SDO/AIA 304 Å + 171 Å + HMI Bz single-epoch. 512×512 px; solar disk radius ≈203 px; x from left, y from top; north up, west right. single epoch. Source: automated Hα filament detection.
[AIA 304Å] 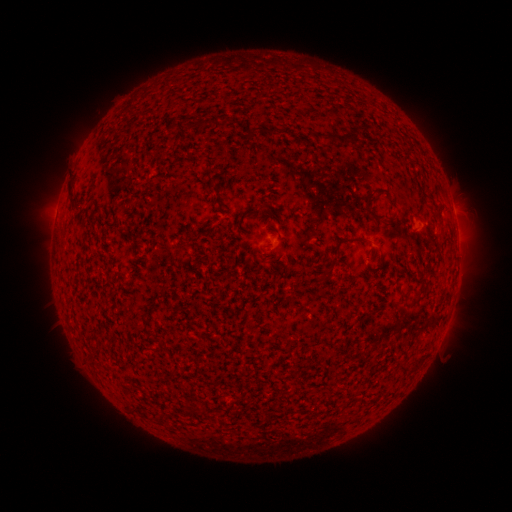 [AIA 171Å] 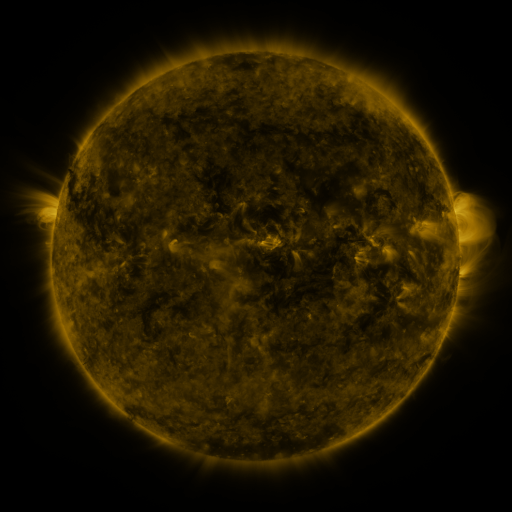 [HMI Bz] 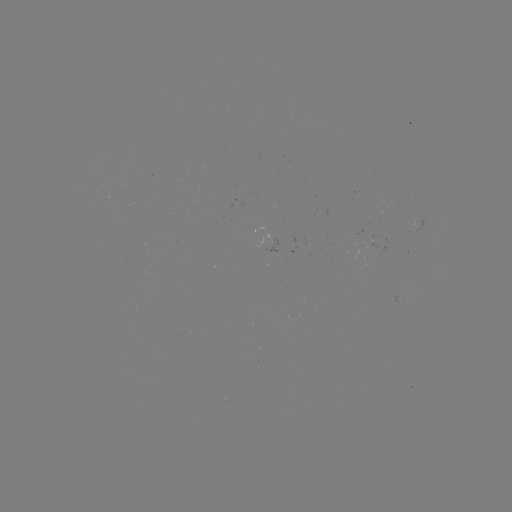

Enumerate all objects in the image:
filament: (185, 122, 192, 133)
filament: (337, 124, 359, 144)
filament: (262, 126, 274, 133)
filament: (321, 132, 334, 141)
filament: (385, 213, 397, 224)
filament: (334, 236, 344, 249)
filament: (317, 272, 326, 280)
filament: (157, 339, 164, 349)
filament: (412, 360, 420, 371)
filament: (398, 361, 407, 370)
filament: (143, 410, 151, 420)
